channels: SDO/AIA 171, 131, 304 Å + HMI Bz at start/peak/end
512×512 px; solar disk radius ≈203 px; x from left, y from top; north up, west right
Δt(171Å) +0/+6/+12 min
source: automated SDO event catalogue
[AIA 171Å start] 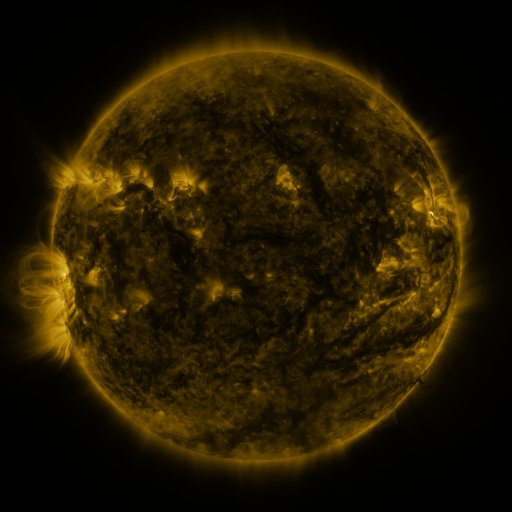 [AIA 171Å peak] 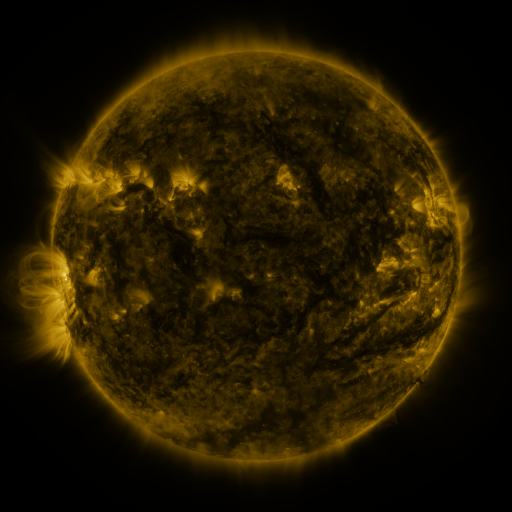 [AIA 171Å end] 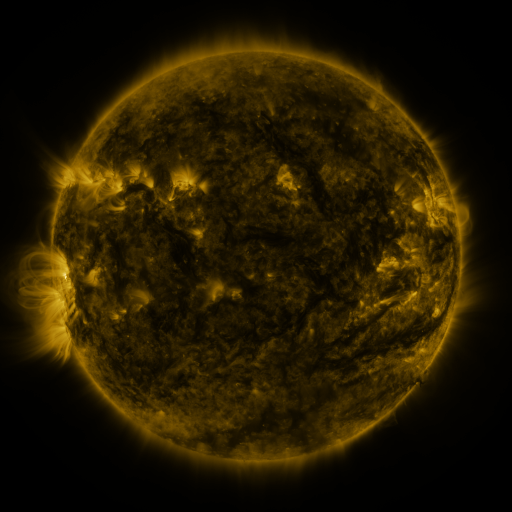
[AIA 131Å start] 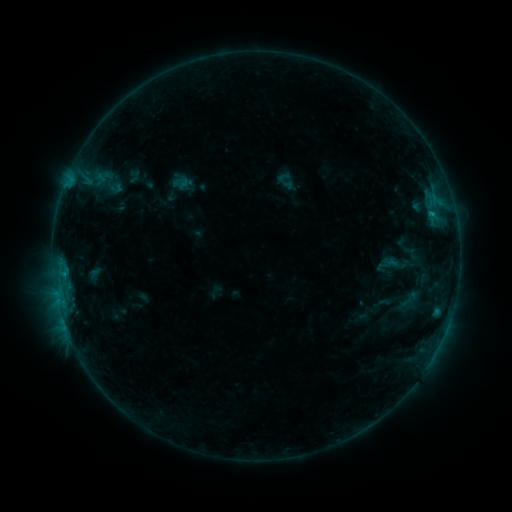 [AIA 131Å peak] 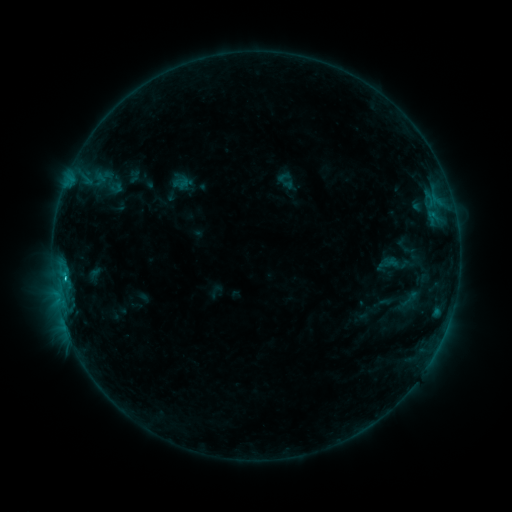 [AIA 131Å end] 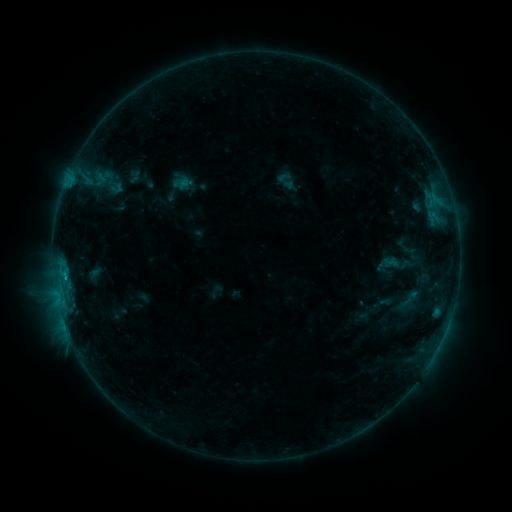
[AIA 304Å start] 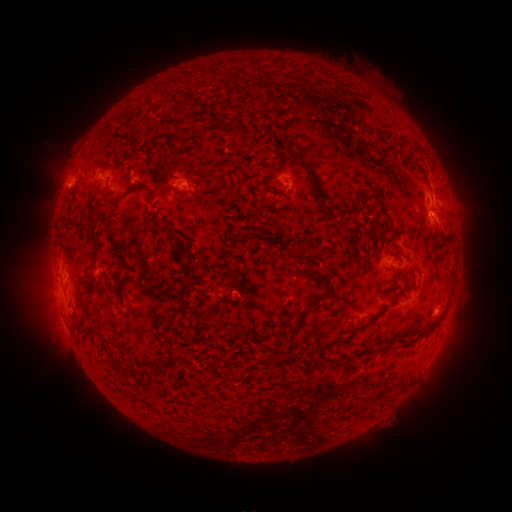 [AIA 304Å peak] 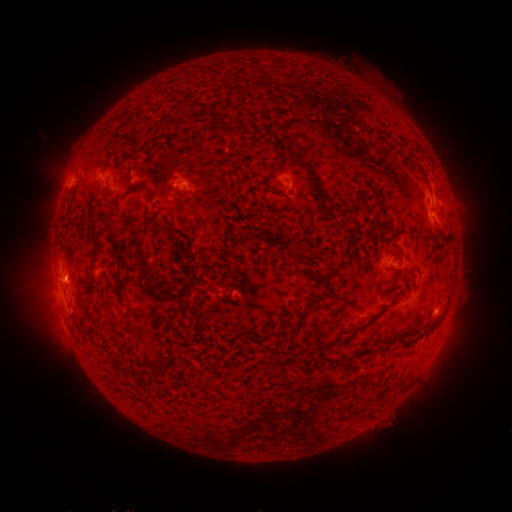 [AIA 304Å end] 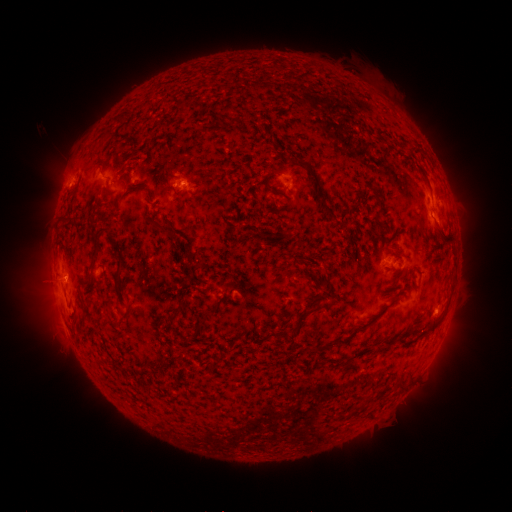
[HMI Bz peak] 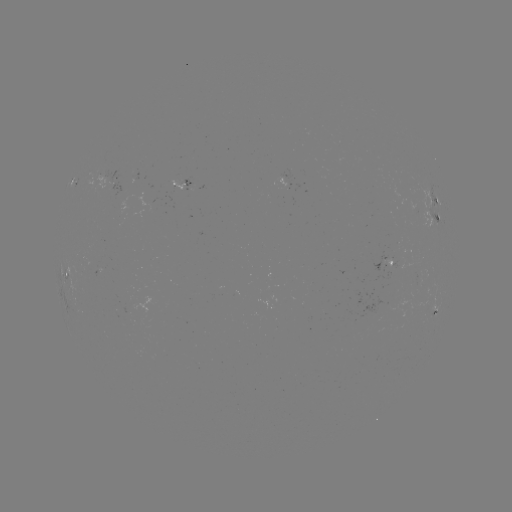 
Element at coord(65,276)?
B9.5 flare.